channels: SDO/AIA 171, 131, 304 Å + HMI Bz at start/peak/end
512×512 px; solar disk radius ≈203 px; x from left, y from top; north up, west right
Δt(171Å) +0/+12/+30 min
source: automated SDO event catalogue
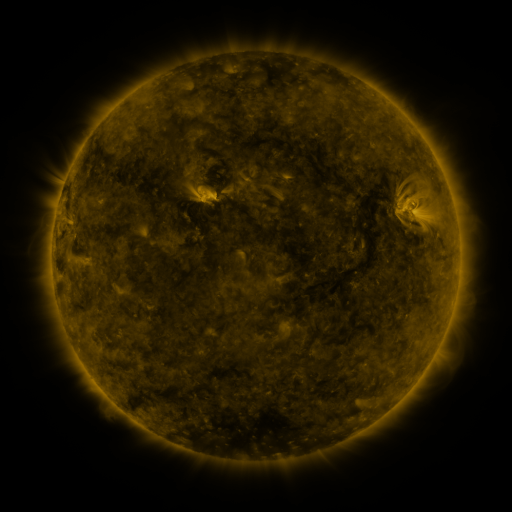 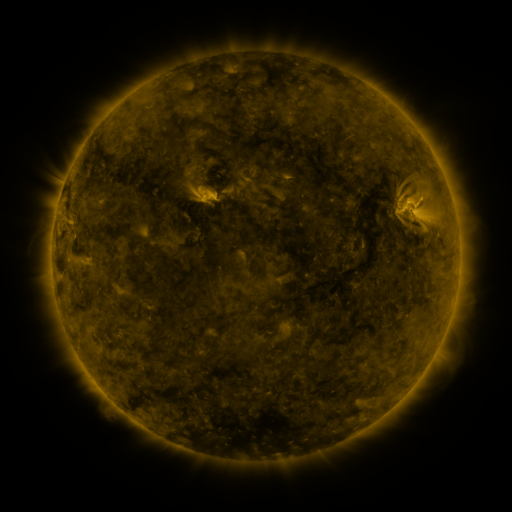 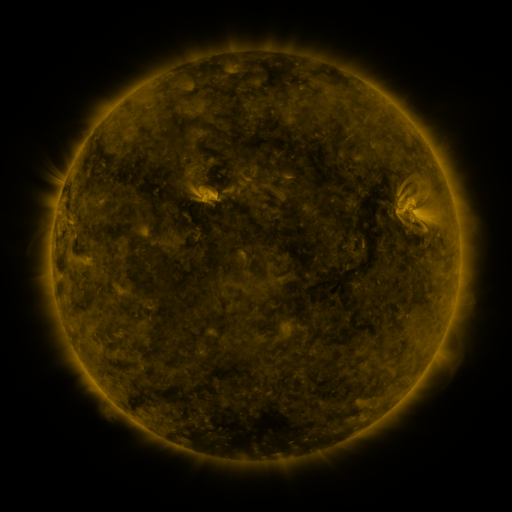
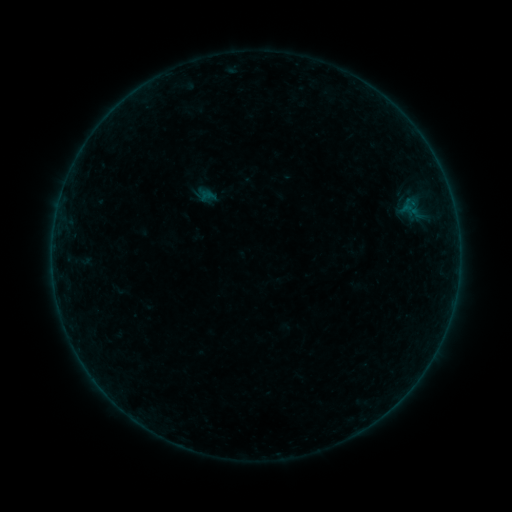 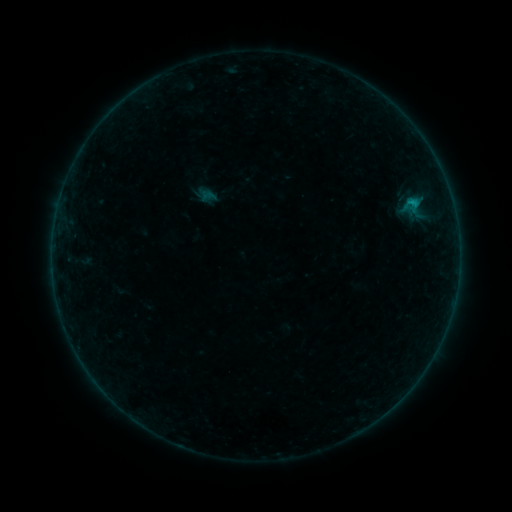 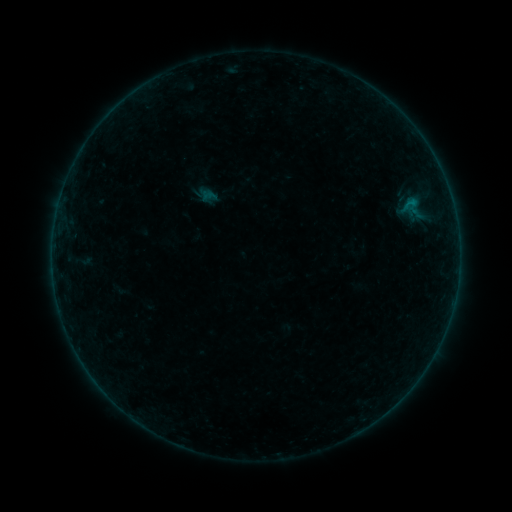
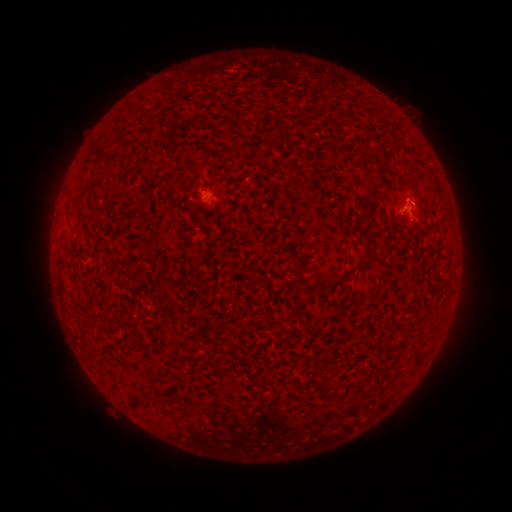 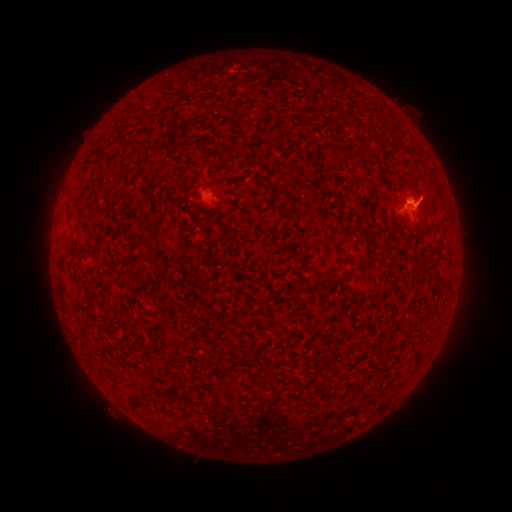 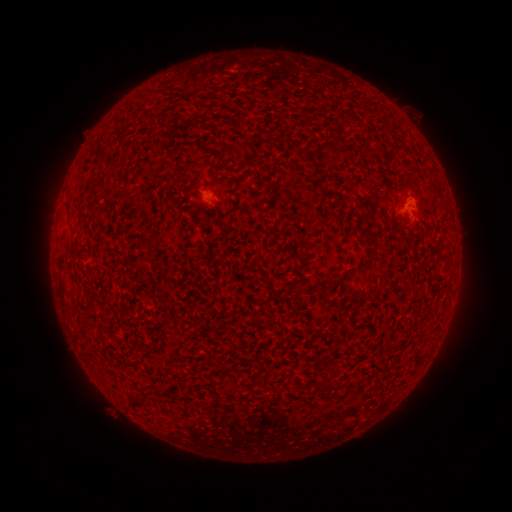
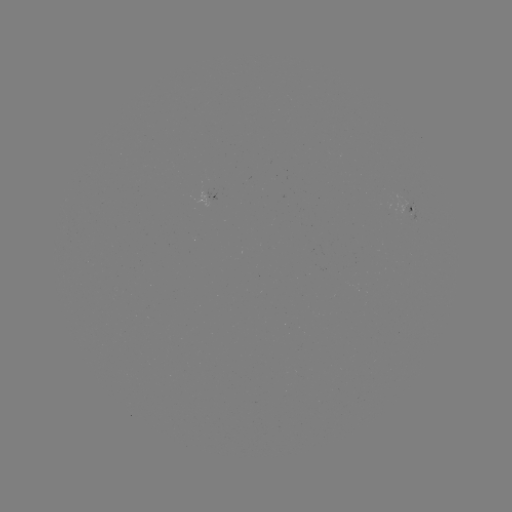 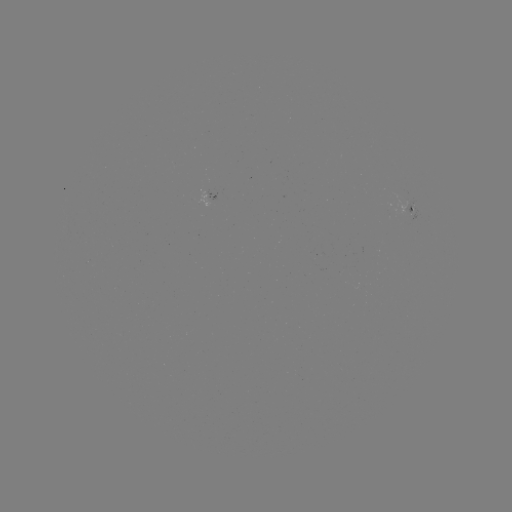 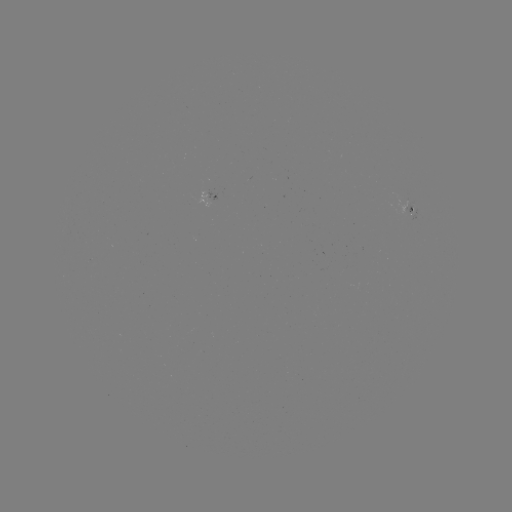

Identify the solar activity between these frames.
B3.5 flare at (412, 202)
